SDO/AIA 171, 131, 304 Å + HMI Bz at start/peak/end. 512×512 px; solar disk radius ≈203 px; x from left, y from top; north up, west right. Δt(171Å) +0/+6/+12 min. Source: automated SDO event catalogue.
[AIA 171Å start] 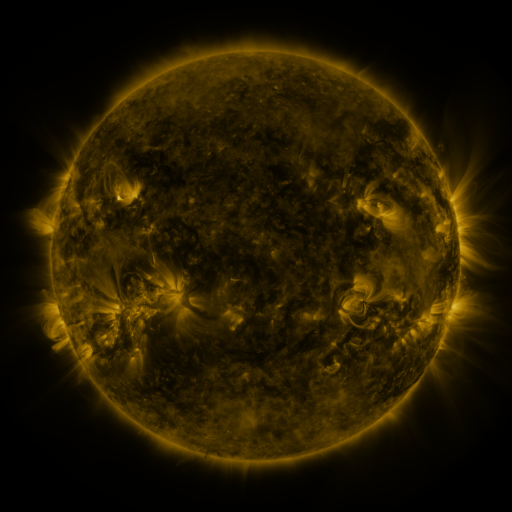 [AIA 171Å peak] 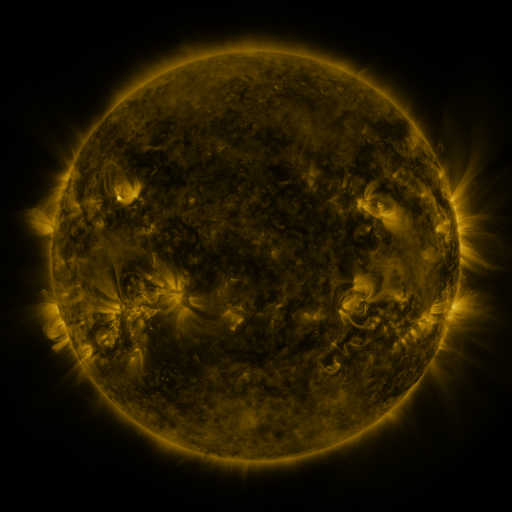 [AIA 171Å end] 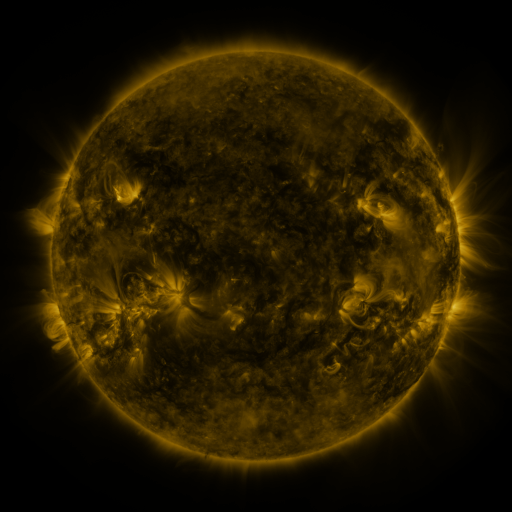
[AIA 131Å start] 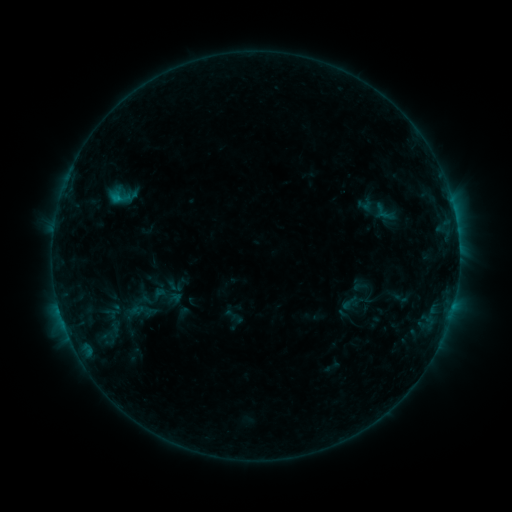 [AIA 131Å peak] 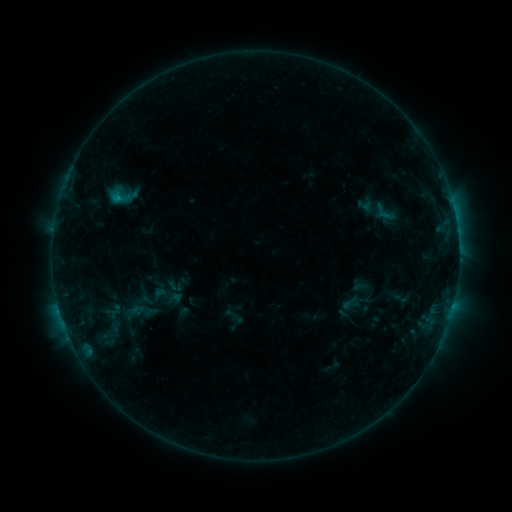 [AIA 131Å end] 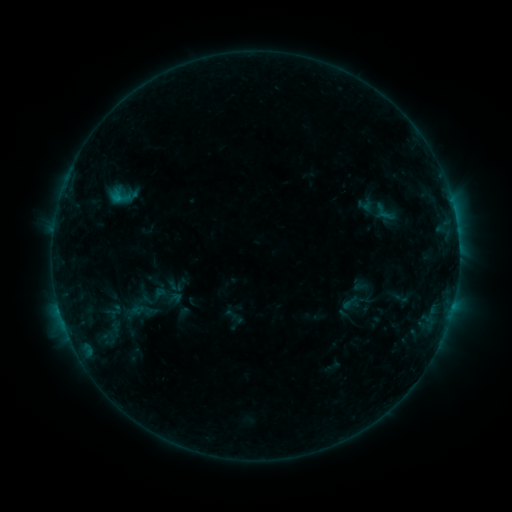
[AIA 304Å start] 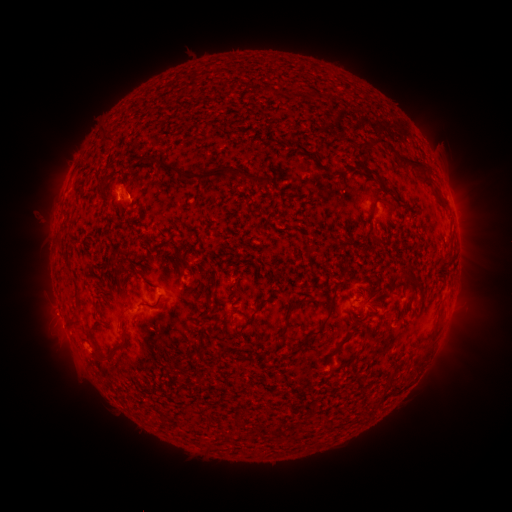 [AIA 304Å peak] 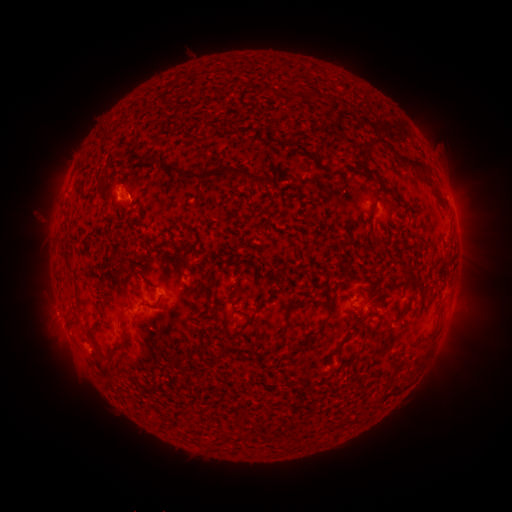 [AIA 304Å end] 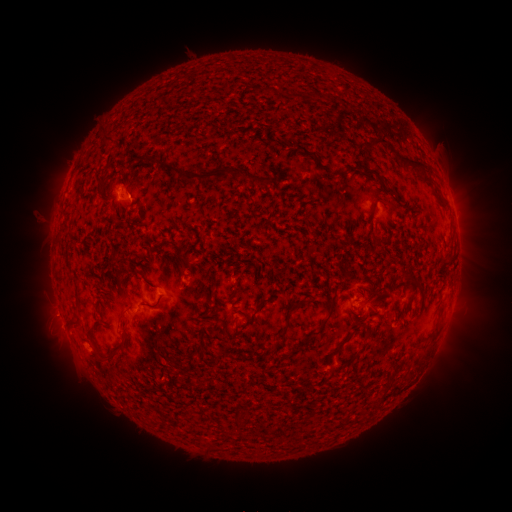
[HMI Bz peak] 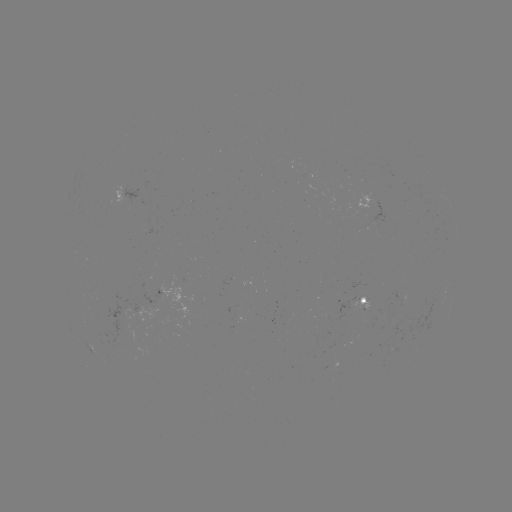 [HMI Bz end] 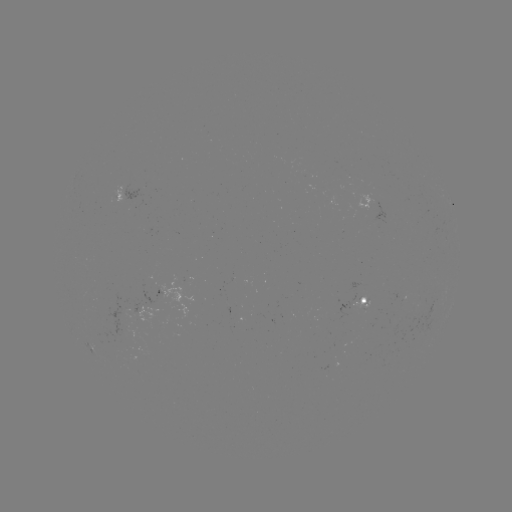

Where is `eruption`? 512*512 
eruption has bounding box [30, 291, 78, 336].